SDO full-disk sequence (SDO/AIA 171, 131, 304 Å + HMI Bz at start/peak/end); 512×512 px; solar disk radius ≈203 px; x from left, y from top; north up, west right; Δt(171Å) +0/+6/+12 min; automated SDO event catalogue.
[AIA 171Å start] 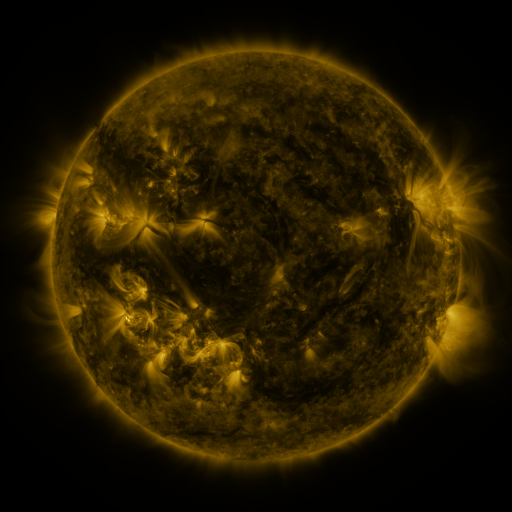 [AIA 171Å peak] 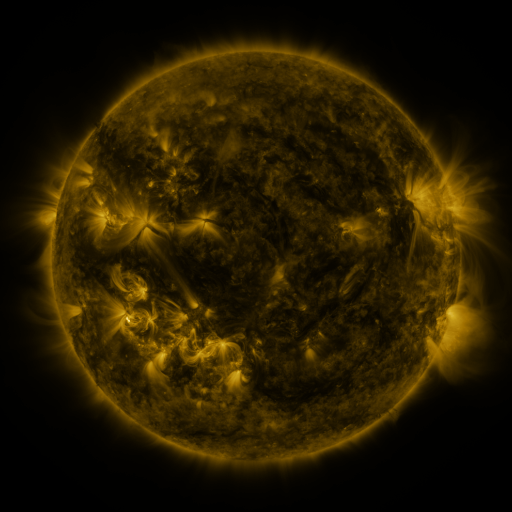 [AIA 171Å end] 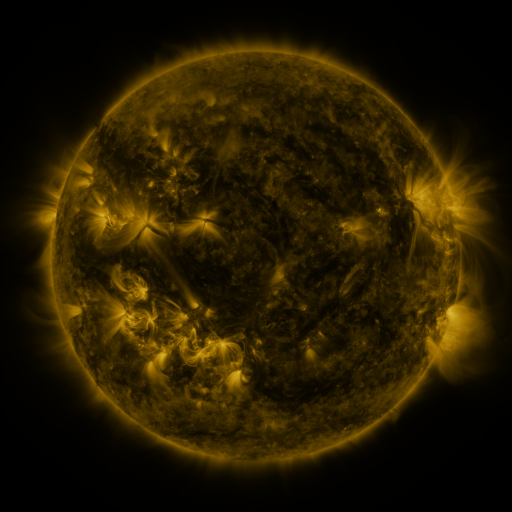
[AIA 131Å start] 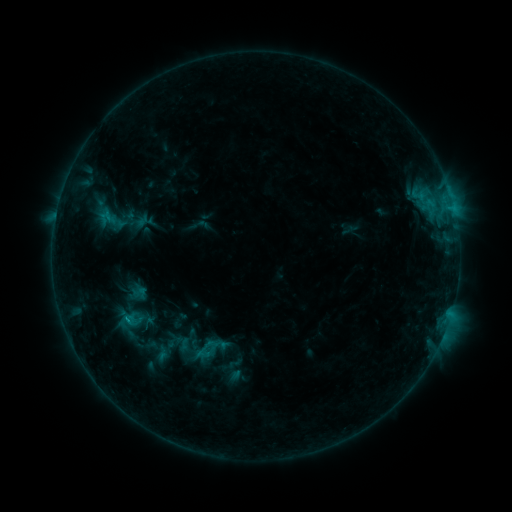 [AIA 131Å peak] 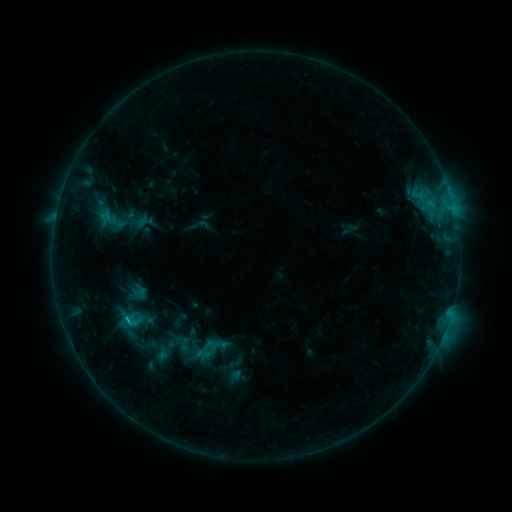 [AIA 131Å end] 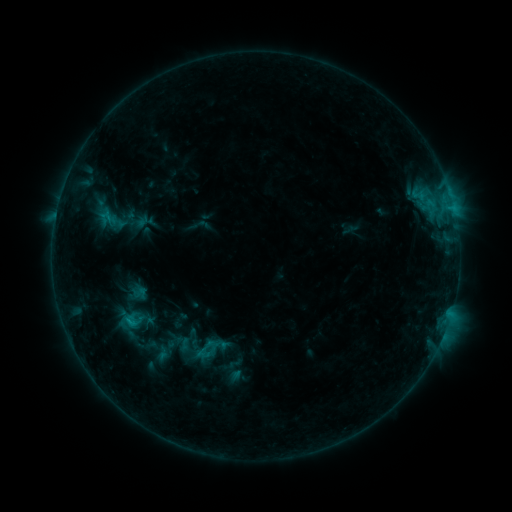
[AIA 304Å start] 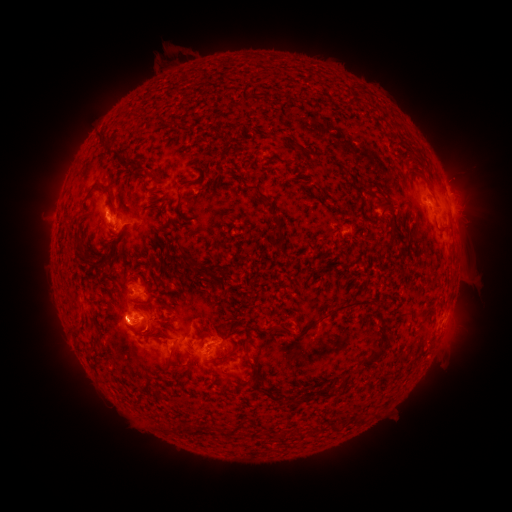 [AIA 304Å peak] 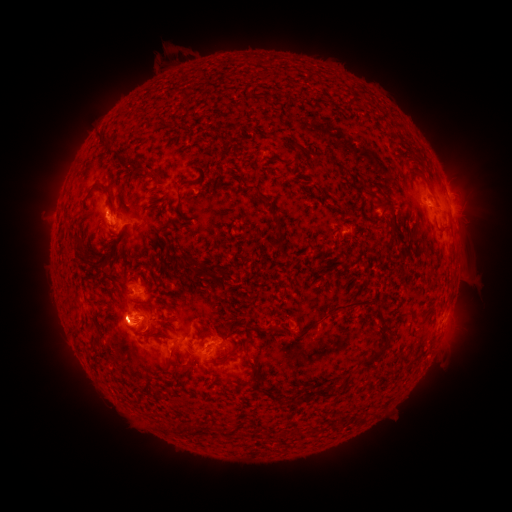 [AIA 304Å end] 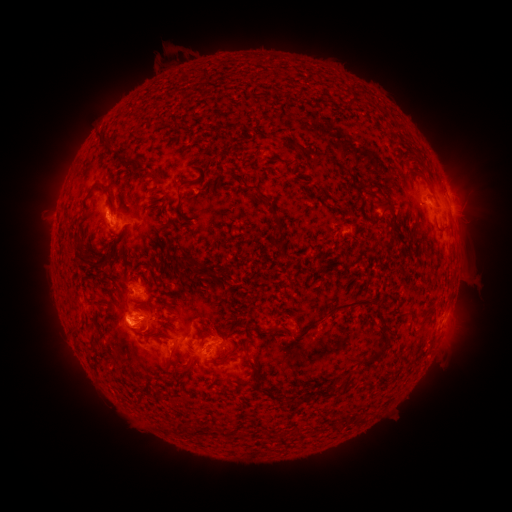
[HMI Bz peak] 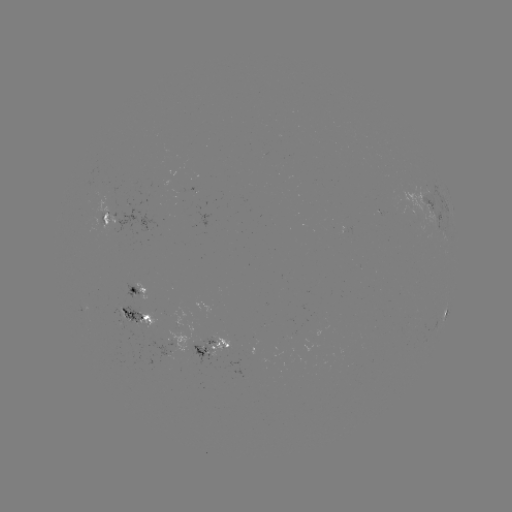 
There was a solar flare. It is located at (128, 317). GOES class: C1.0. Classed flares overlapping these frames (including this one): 1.